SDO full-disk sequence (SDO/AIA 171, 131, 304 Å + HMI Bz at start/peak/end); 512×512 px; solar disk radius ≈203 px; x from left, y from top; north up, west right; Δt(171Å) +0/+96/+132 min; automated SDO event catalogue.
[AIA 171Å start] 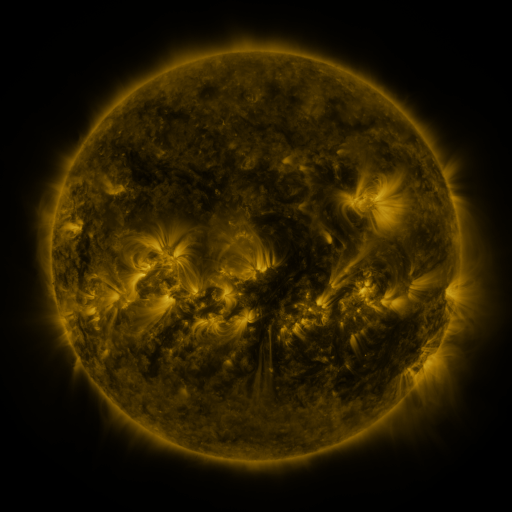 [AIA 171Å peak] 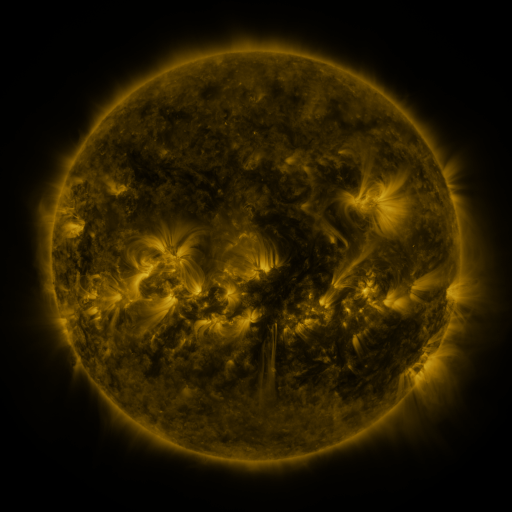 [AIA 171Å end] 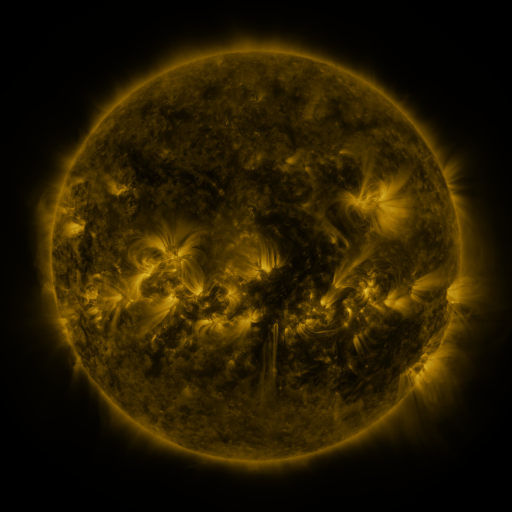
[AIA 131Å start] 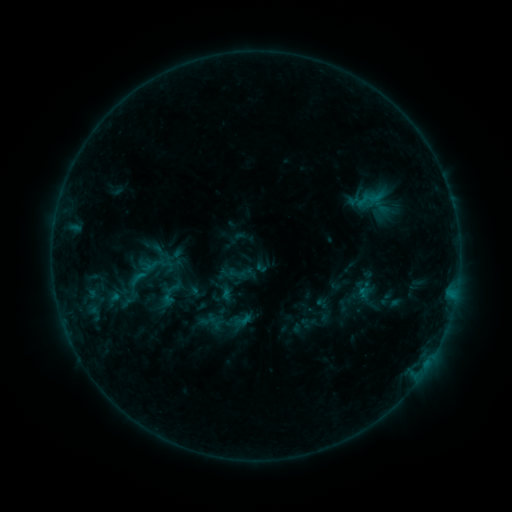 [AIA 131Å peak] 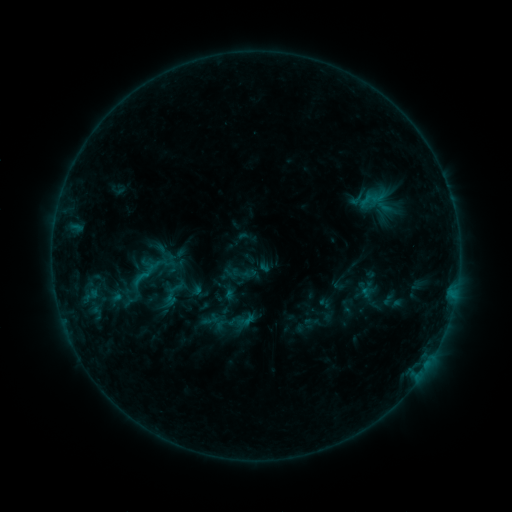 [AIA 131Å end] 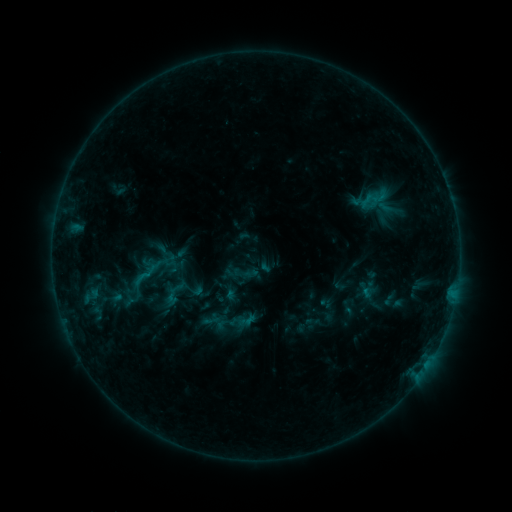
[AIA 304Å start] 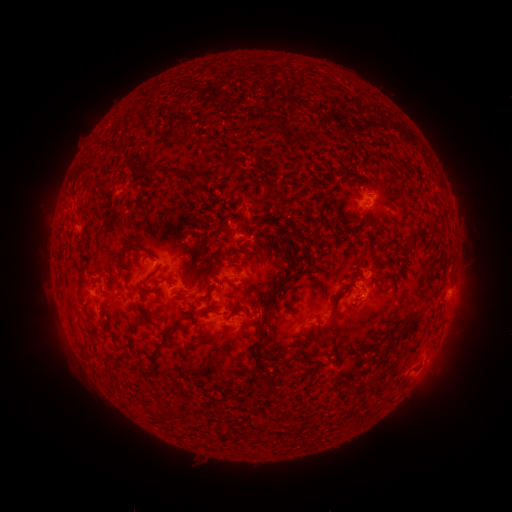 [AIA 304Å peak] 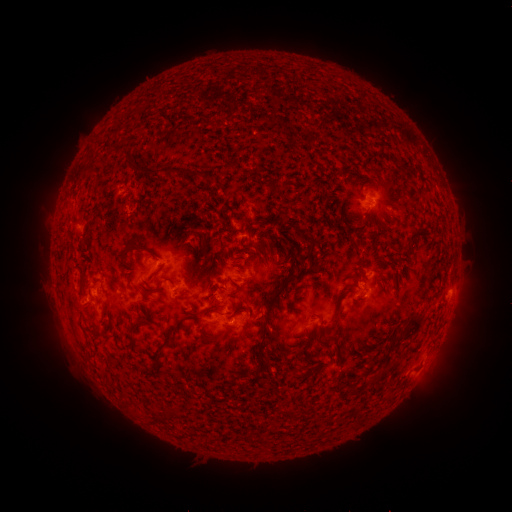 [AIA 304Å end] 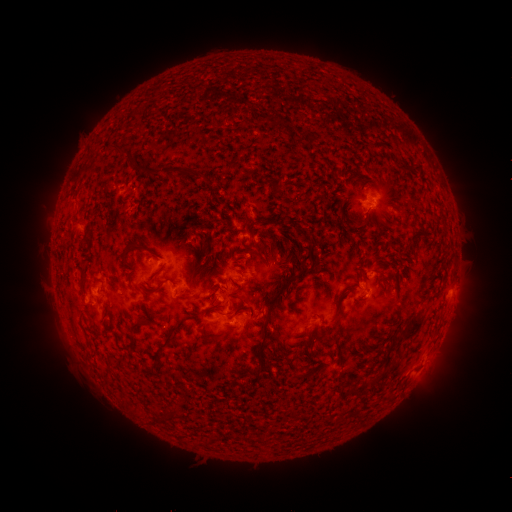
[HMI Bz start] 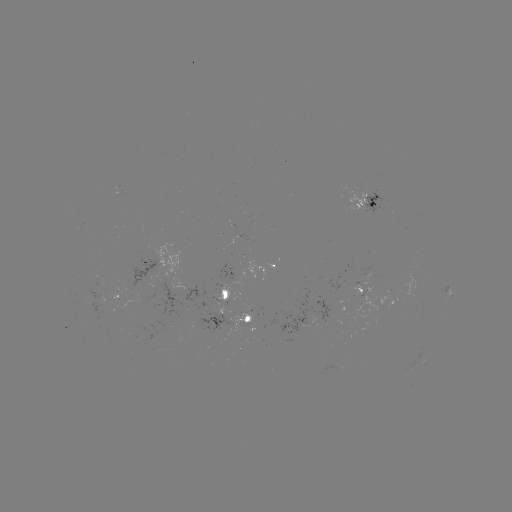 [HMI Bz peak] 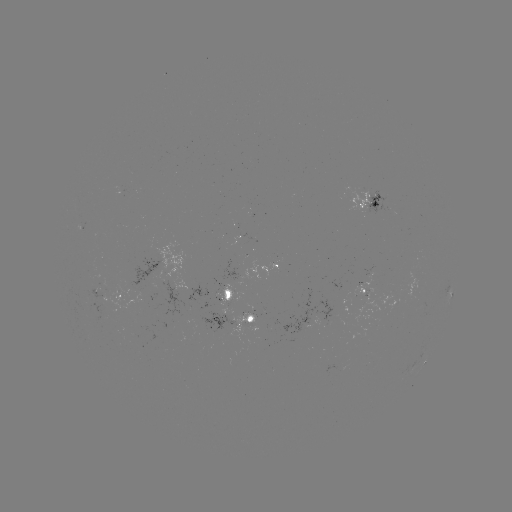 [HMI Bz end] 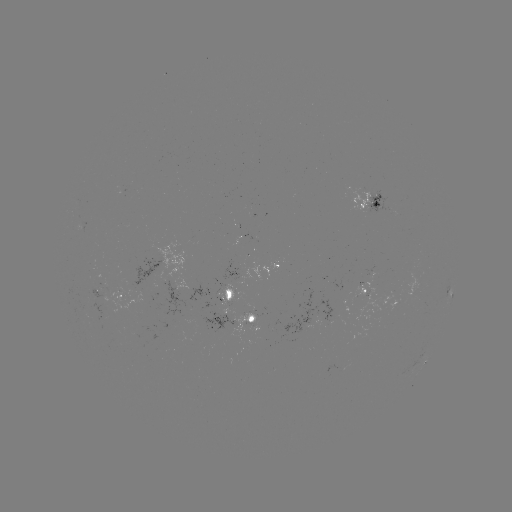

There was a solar emerging-flux region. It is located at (98, 292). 